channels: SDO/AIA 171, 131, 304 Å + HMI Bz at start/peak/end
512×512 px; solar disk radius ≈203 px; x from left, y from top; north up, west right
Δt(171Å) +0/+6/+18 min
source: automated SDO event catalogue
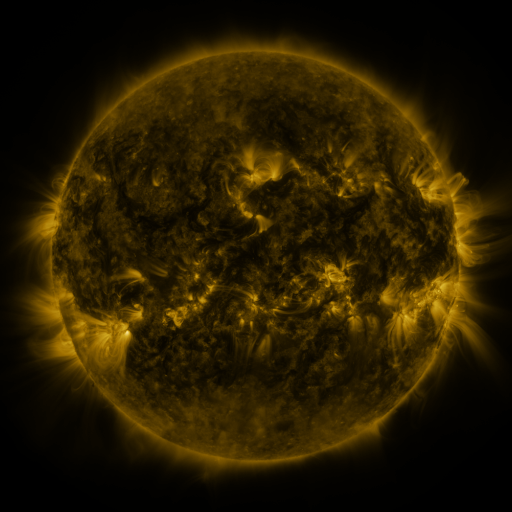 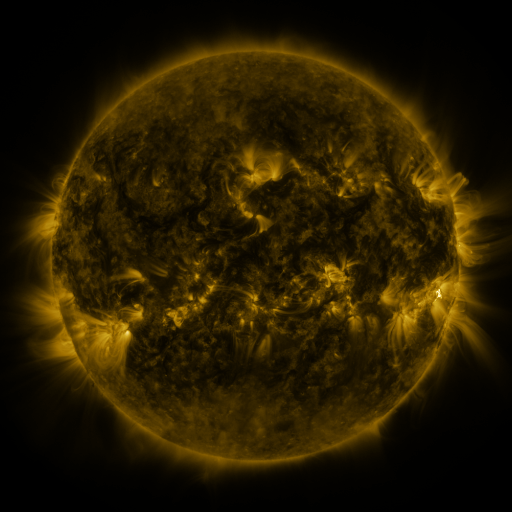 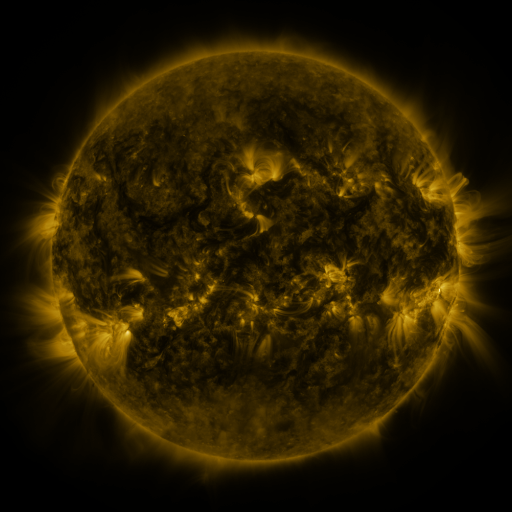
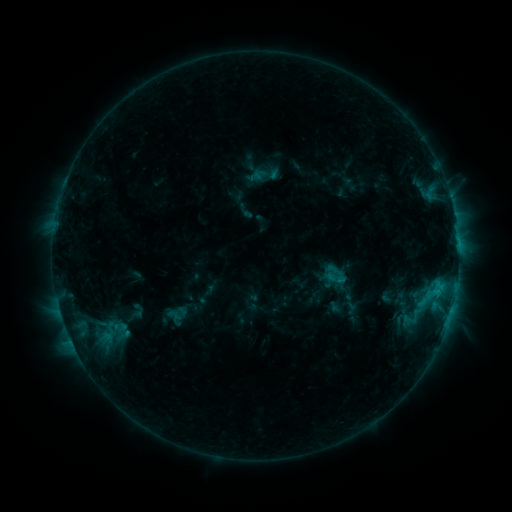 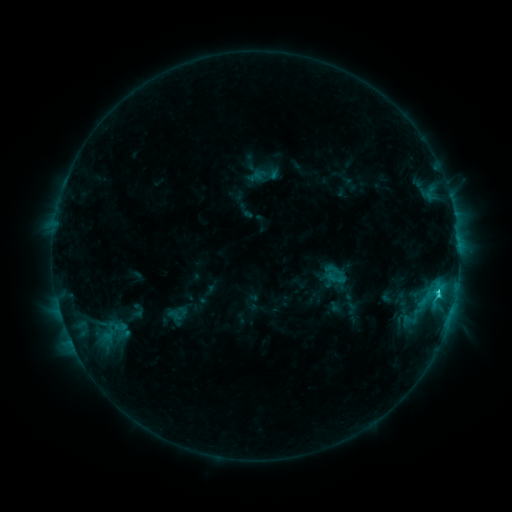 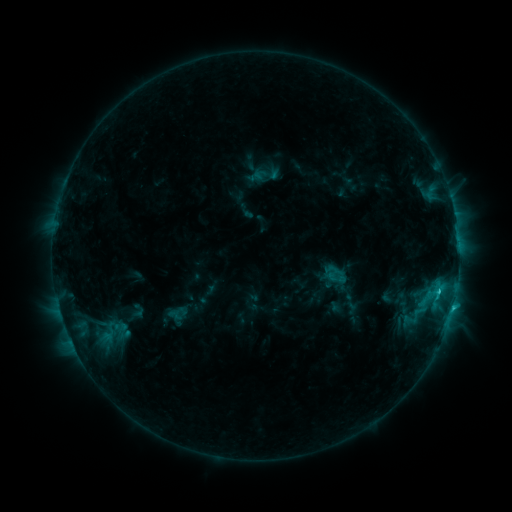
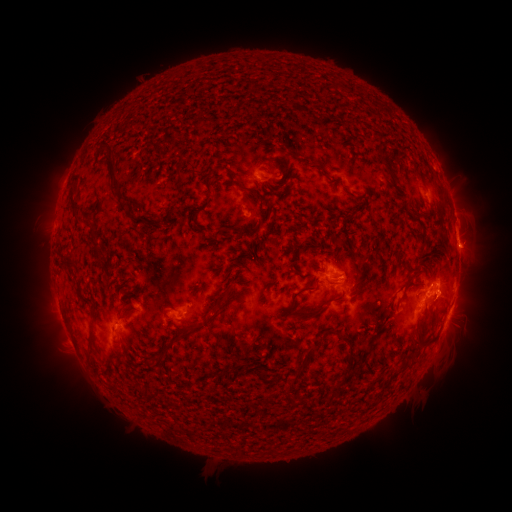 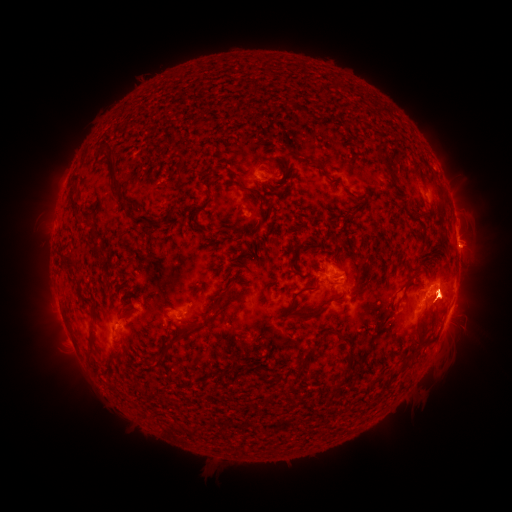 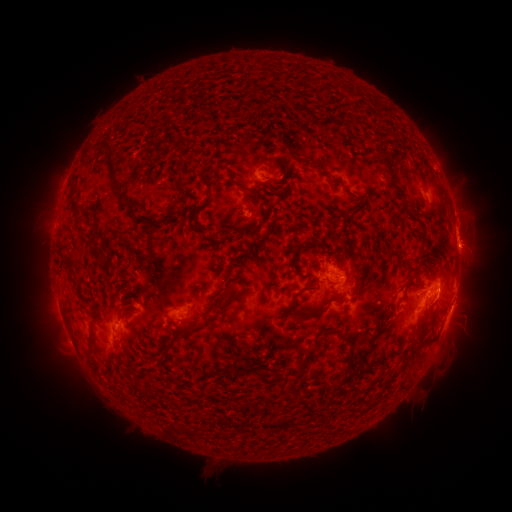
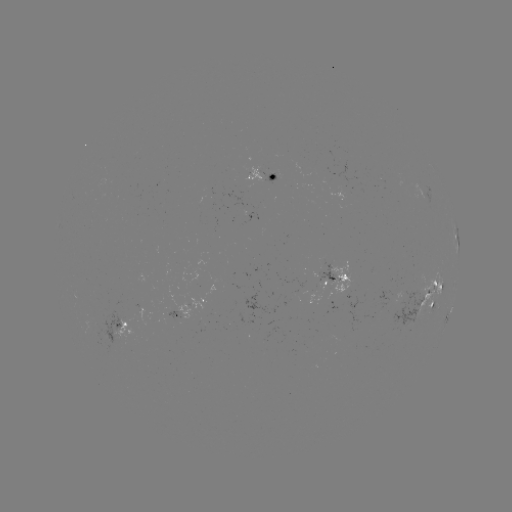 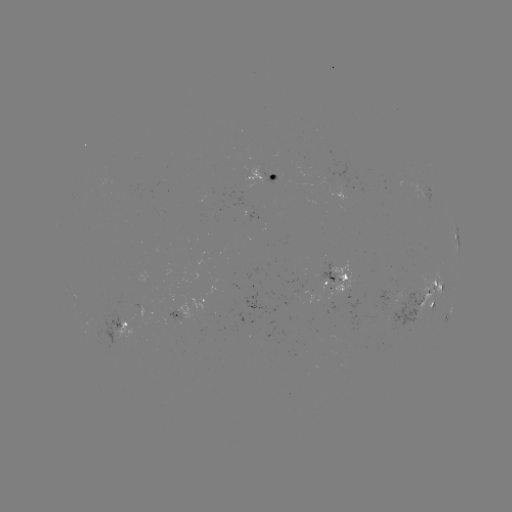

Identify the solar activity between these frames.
C2.9 flare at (437, 291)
